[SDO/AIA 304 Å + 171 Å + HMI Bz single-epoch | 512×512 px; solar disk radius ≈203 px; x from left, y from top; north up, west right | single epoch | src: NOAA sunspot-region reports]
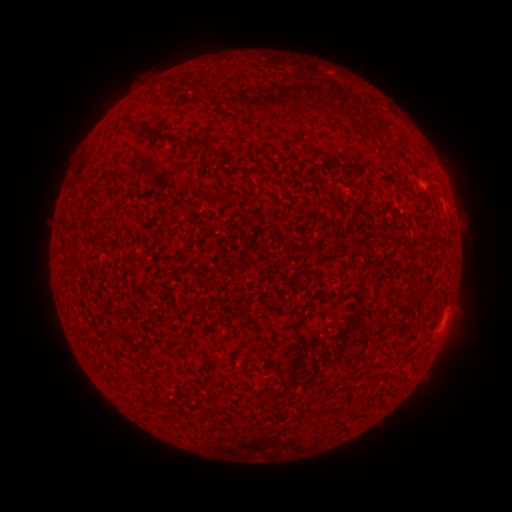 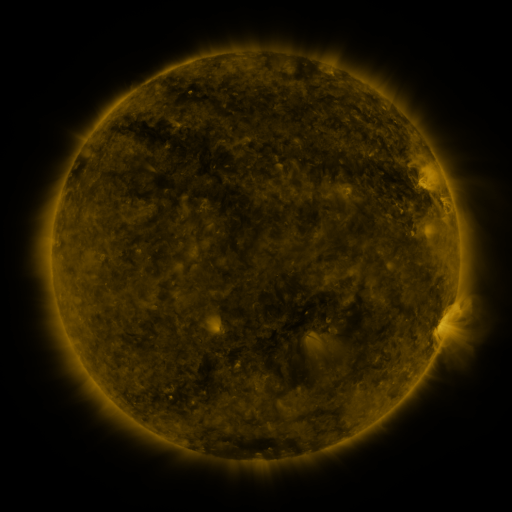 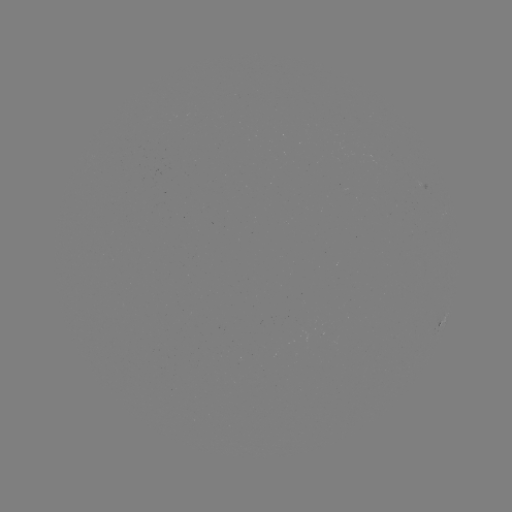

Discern spotted active region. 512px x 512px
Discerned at [441, 322].